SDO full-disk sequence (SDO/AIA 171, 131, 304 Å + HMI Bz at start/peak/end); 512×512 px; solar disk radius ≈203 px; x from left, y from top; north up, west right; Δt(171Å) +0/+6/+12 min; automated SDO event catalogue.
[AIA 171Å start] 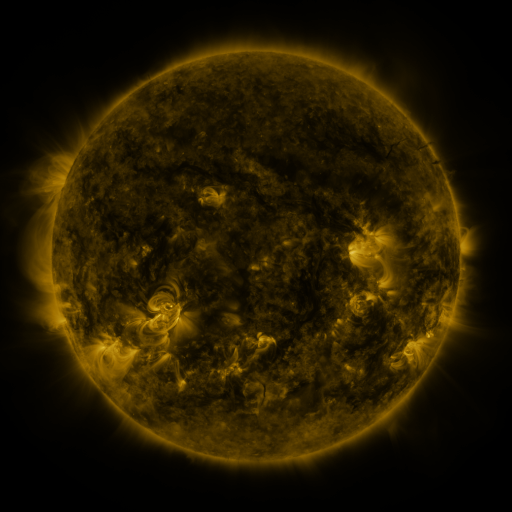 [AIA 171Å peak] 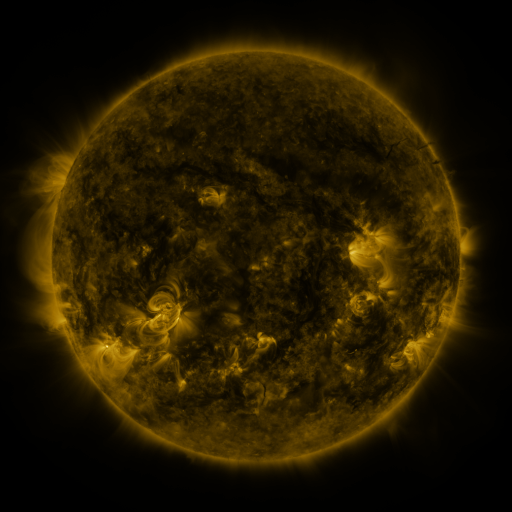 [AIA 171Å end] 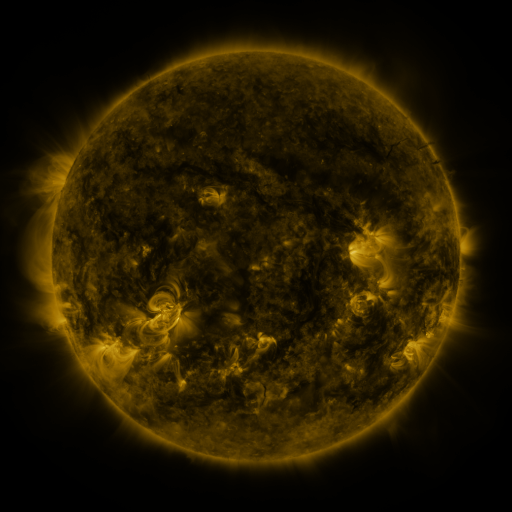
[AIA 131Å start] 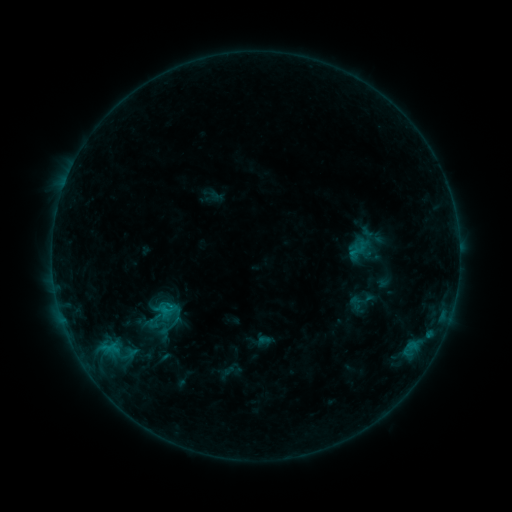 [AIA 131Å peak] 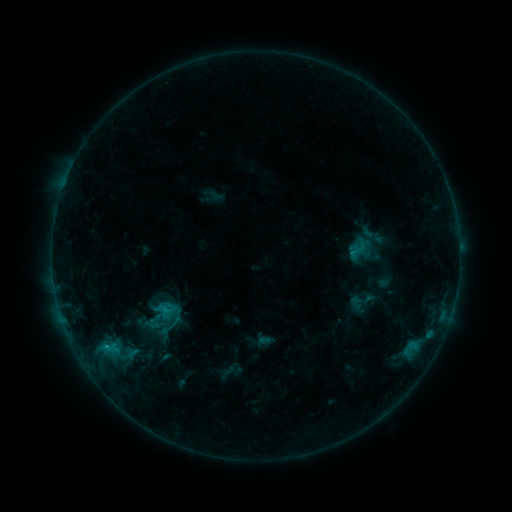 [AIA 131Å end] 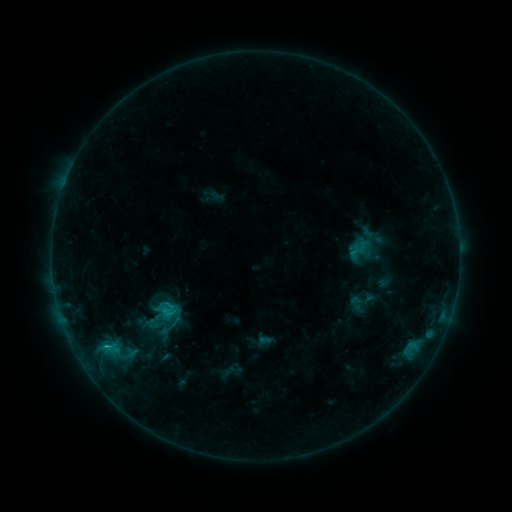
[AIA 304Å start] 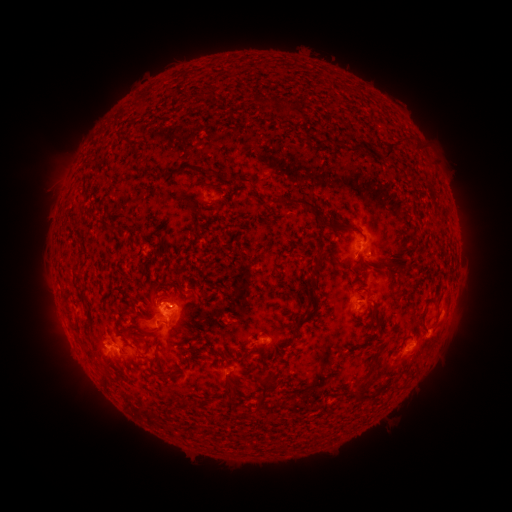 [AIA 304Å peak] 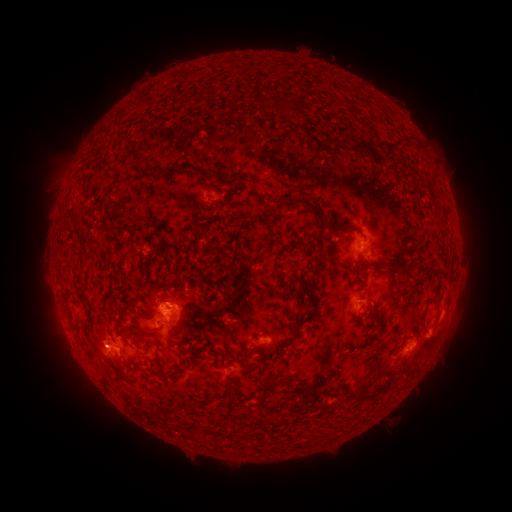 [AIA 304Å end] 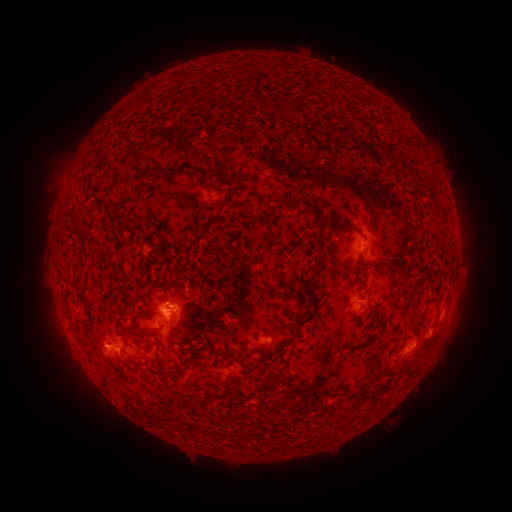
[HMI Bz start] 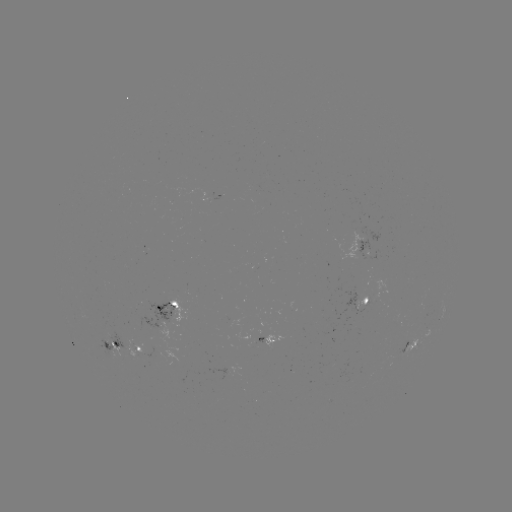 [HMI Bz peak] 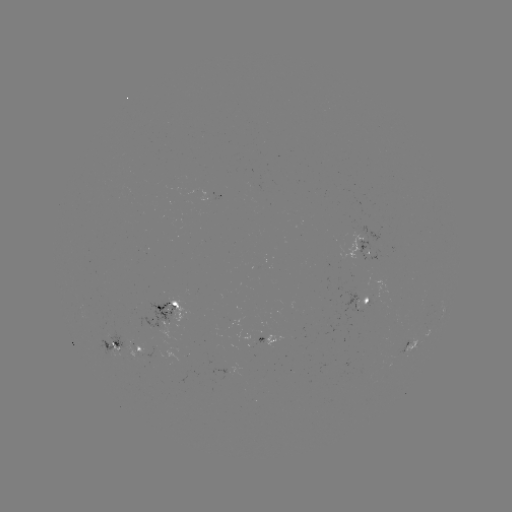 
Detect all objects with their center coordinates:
C1.2 flare: (107, 344)
